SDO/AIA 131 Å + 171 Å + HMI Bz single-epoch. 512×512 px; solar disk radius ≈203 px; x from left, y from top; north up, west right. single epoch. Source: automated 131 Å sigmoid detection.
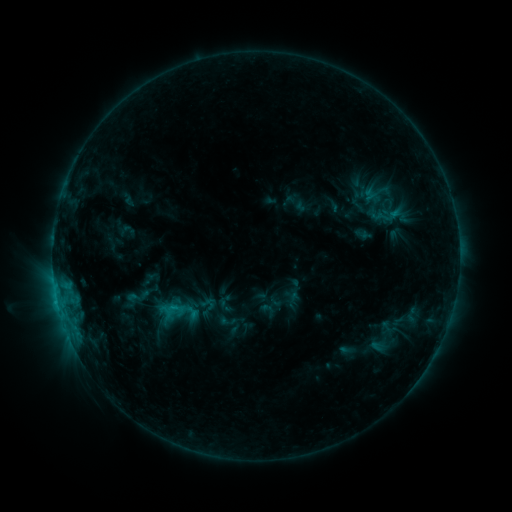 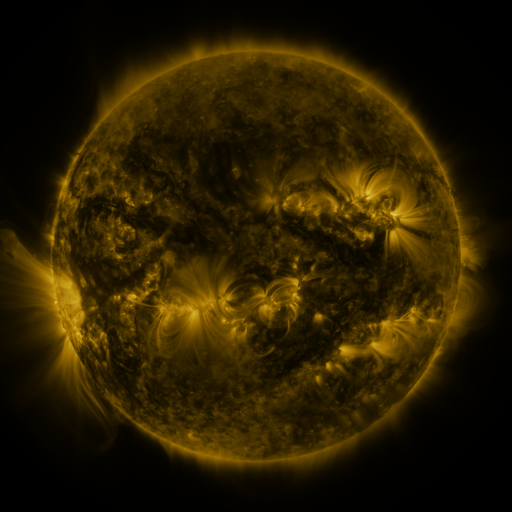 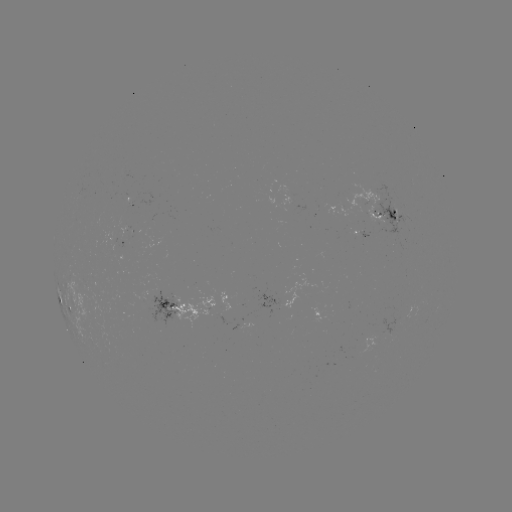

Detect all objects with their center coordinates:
sigmoid: (393, 216)
sigmoid: (208, 304)
